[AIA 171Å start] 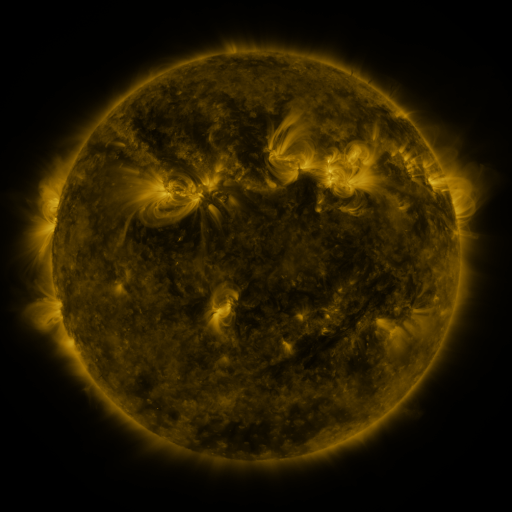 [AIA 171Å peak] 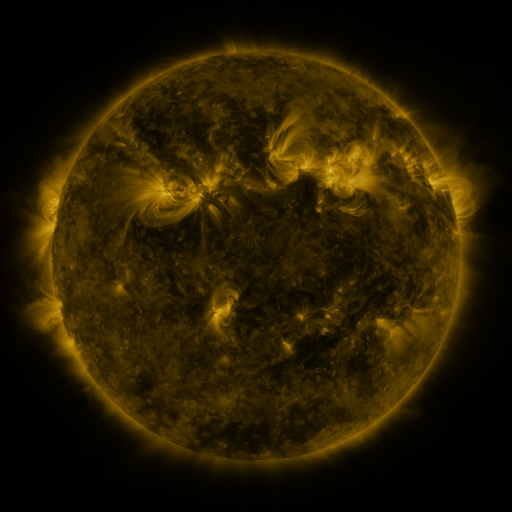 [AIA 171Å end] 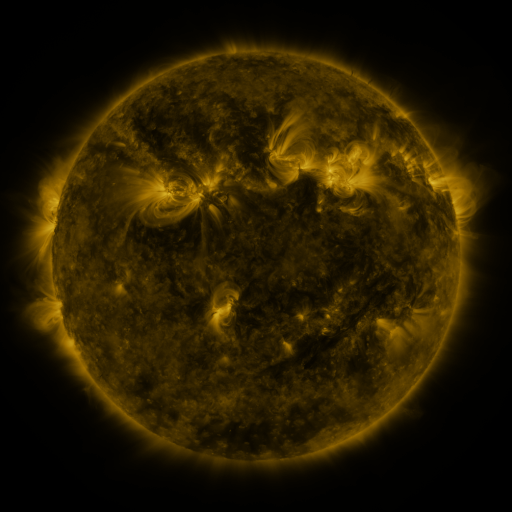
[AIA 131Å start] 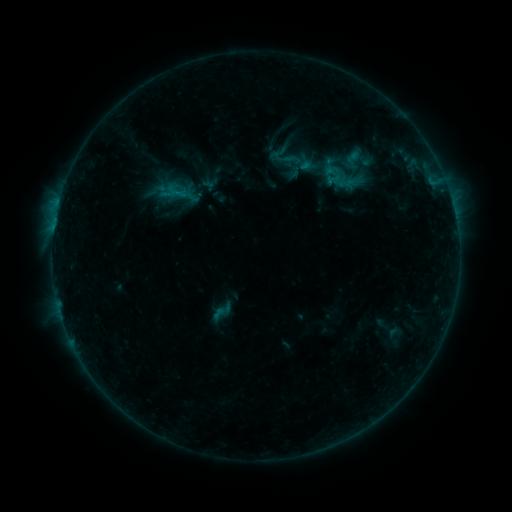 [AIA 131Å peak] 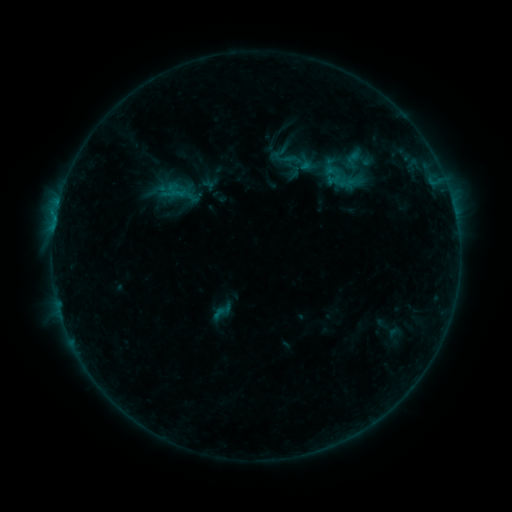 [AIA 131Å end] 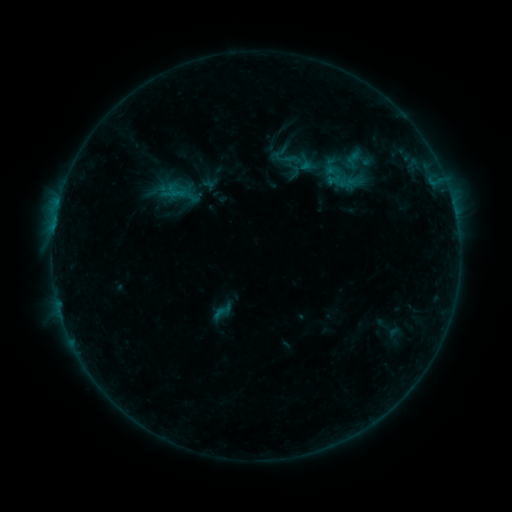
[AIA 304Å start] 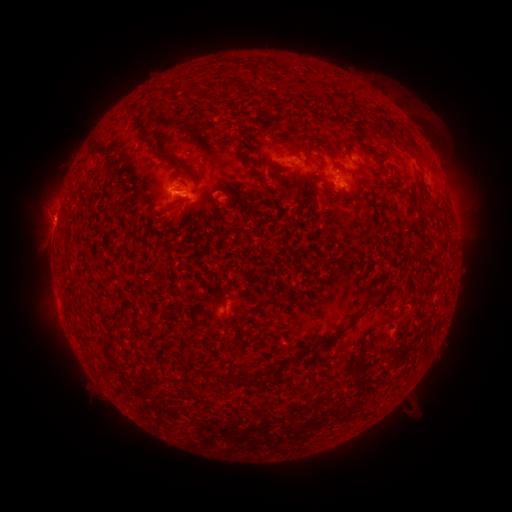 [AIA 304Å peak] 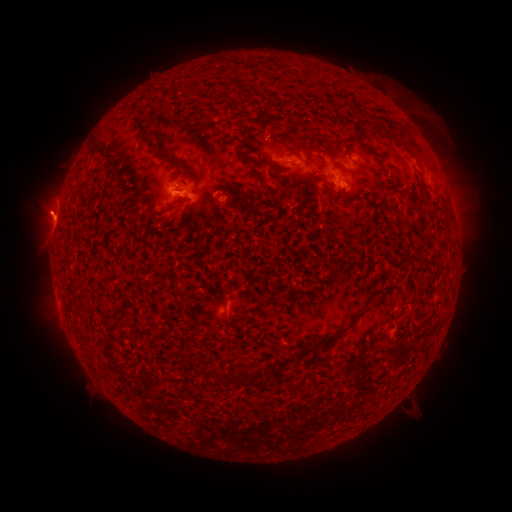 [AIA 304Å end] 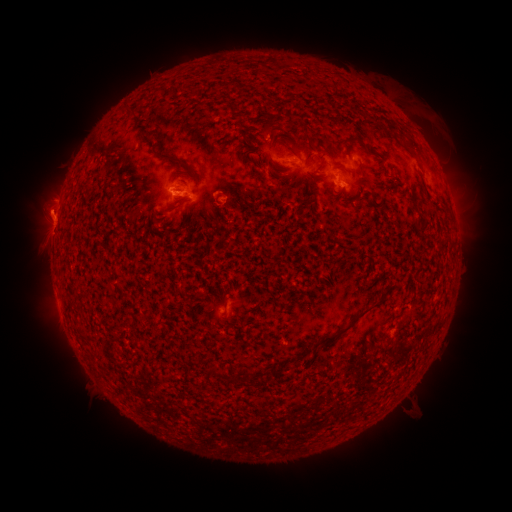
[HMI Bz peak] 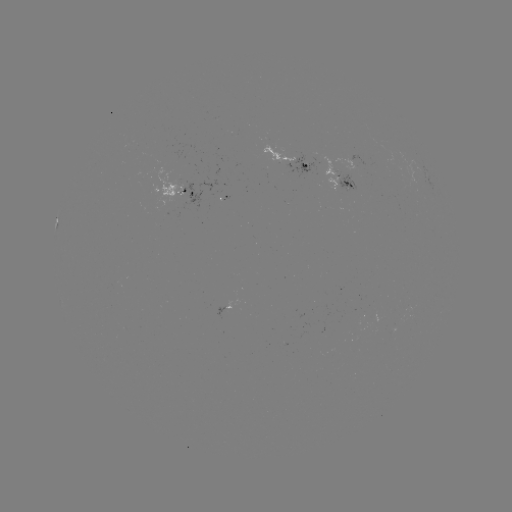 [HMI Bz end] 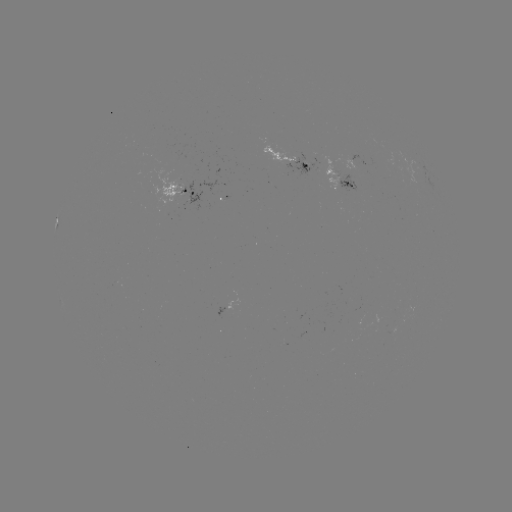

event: eruption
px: (48, 209)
